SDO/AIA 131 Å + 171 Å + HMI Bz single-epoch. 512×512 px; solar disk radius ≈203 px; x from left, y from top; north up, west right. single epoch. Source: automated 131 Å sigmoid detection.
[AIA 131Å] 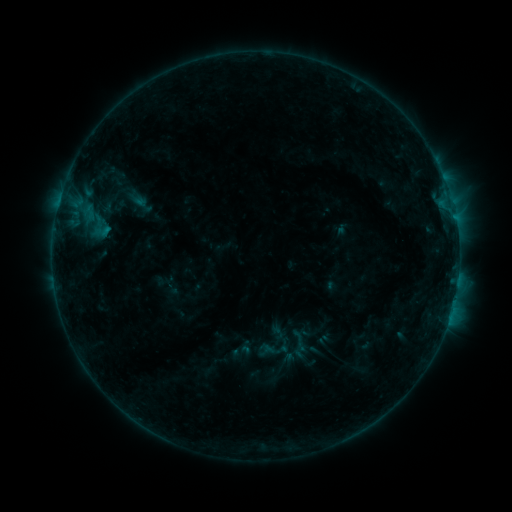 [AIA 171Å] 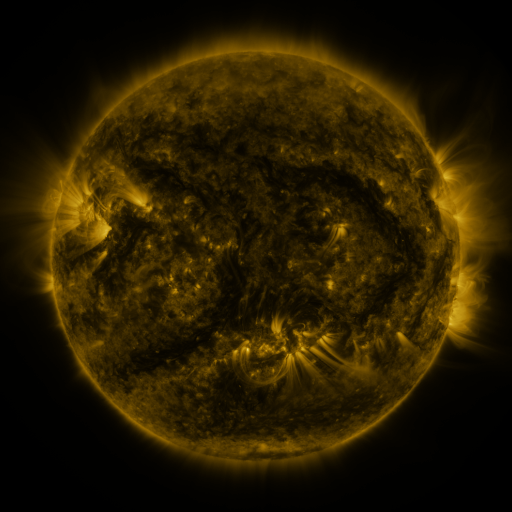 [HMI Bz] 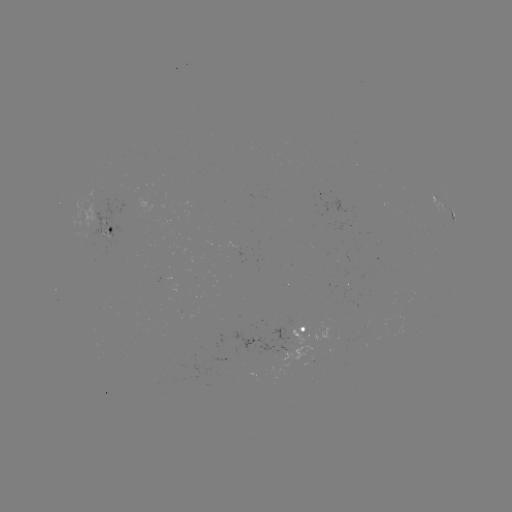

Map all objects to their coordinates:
sigmoid: [287, 329, 311, 352]
sigmoid: [231, 341, 253, 362]
